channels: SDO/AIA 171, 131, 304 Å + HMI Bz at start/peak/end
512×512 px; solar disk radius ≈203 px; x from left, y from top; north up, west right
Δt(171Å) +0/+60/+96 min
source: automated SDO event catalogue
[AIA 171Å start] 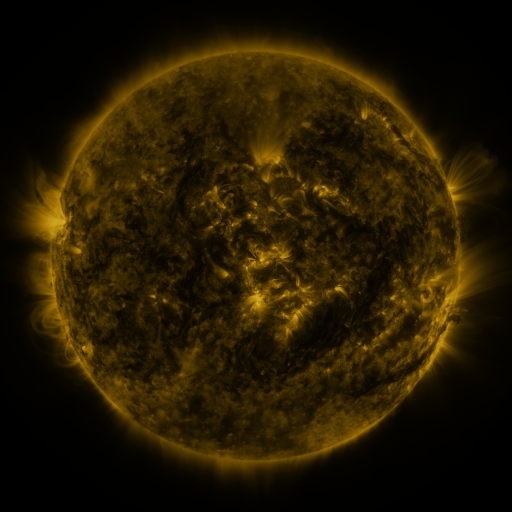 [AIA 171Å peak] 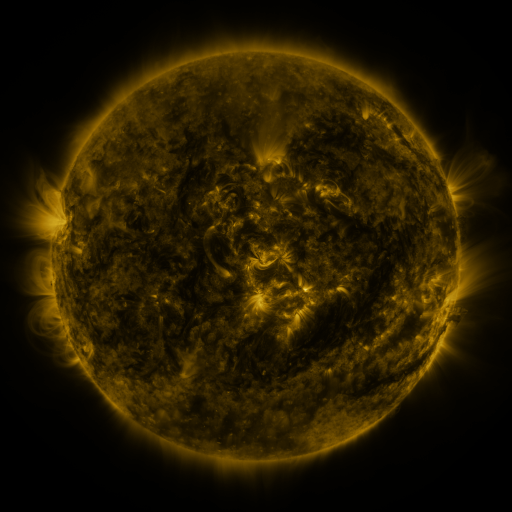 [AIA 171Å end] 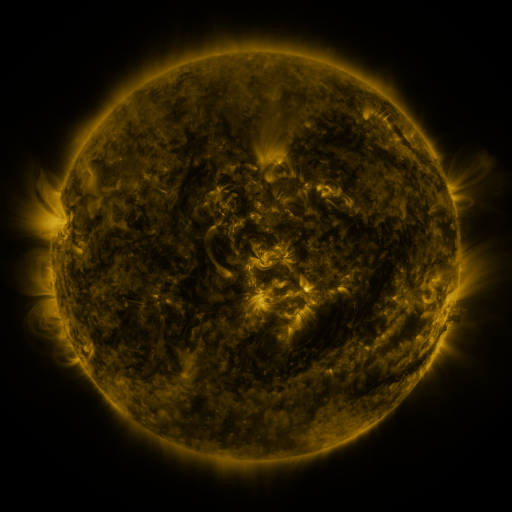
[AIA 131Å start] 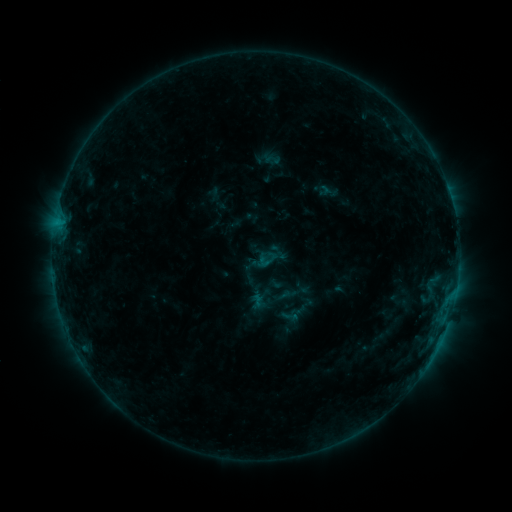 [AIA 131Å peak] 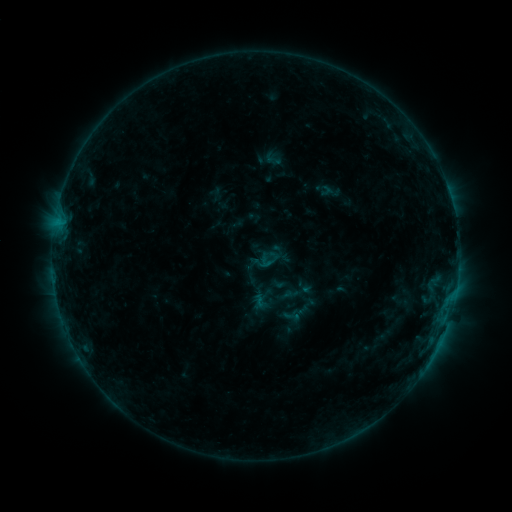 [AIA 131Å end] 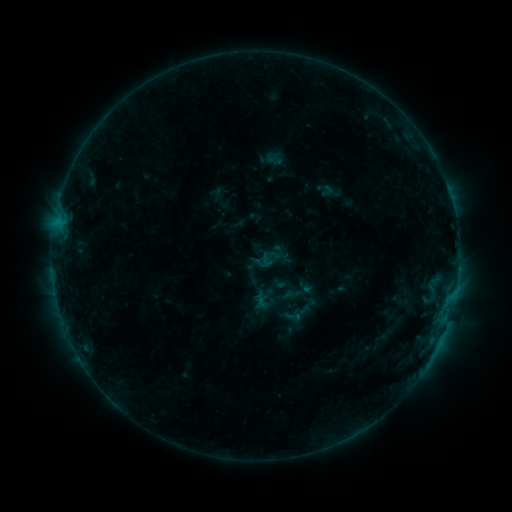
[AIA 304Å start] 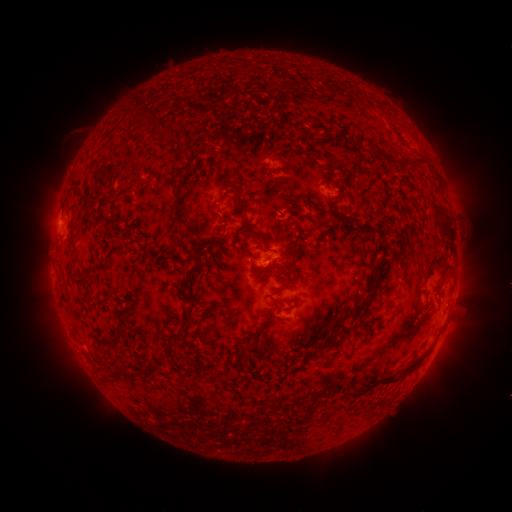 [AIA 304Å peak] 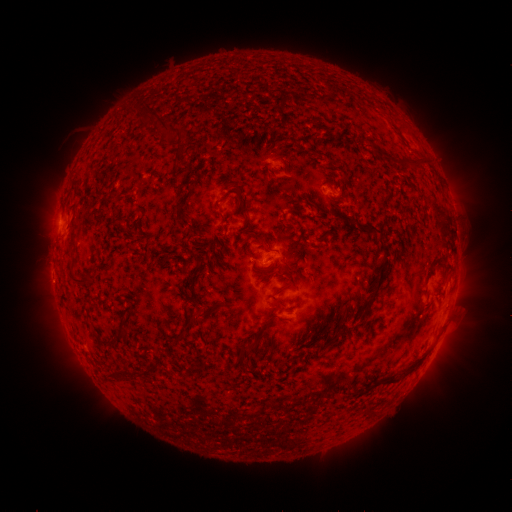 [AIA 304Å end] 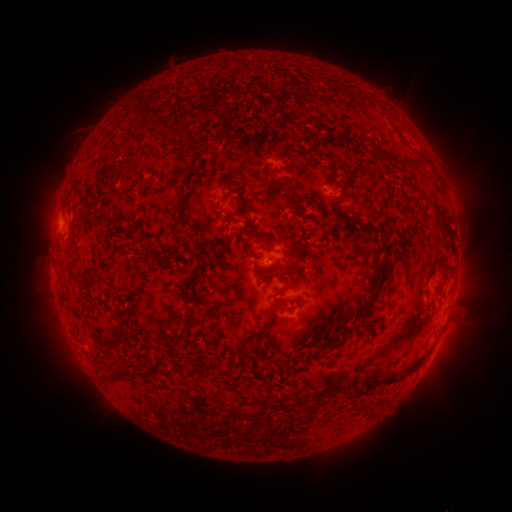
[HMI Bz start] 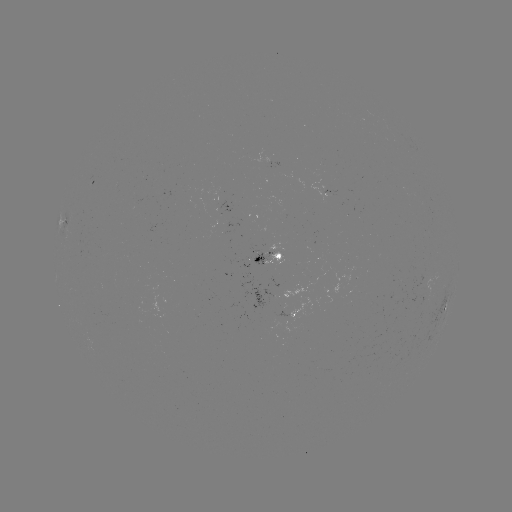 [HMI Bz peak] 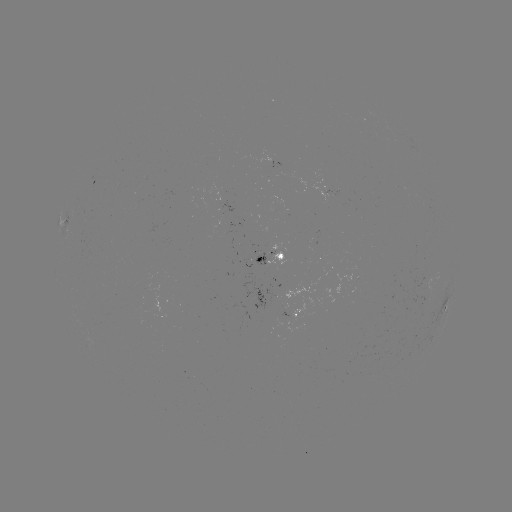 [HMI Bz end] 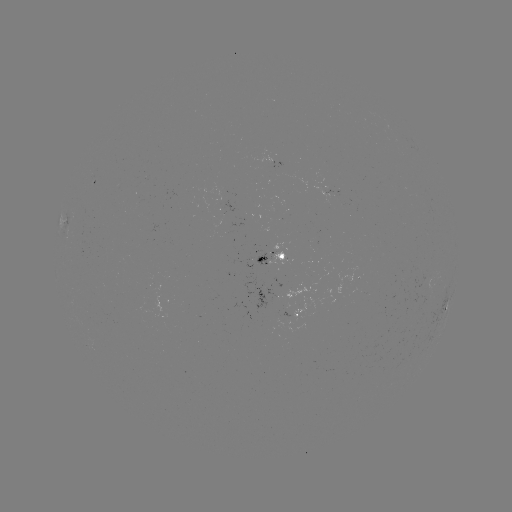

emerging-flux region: (307, 172, 340, 201)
